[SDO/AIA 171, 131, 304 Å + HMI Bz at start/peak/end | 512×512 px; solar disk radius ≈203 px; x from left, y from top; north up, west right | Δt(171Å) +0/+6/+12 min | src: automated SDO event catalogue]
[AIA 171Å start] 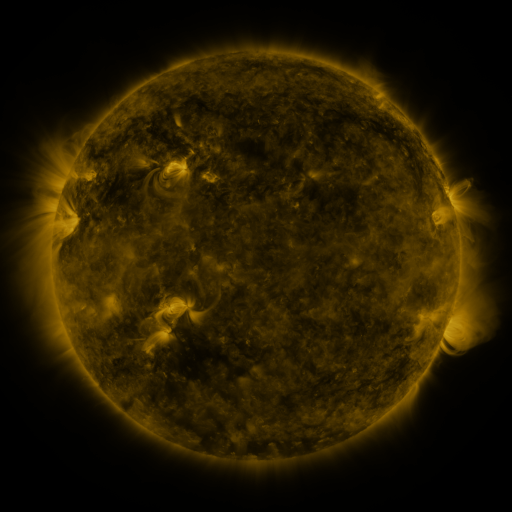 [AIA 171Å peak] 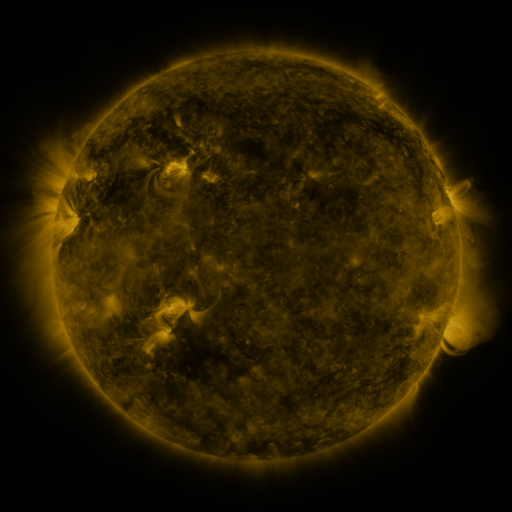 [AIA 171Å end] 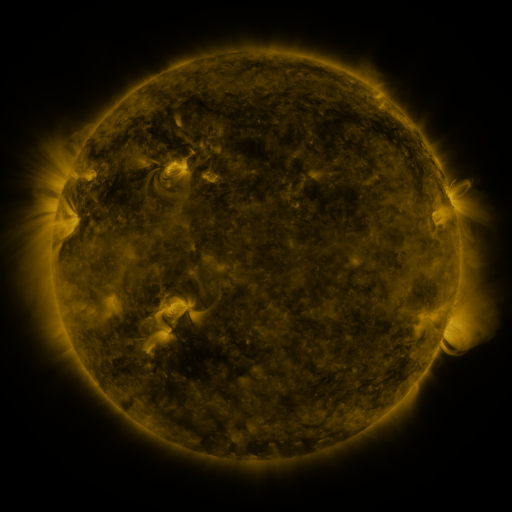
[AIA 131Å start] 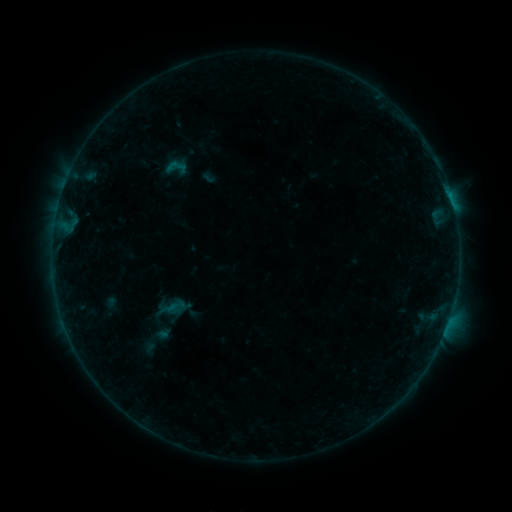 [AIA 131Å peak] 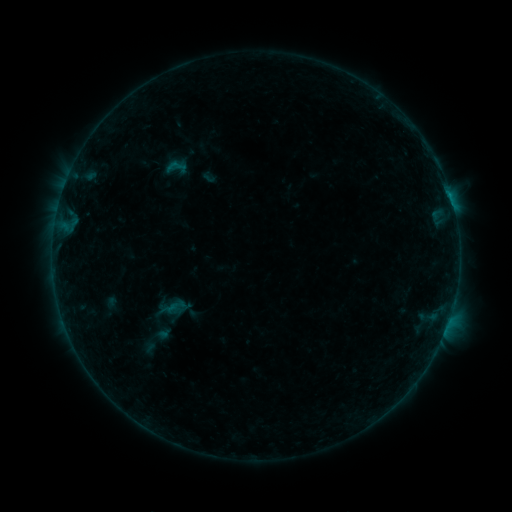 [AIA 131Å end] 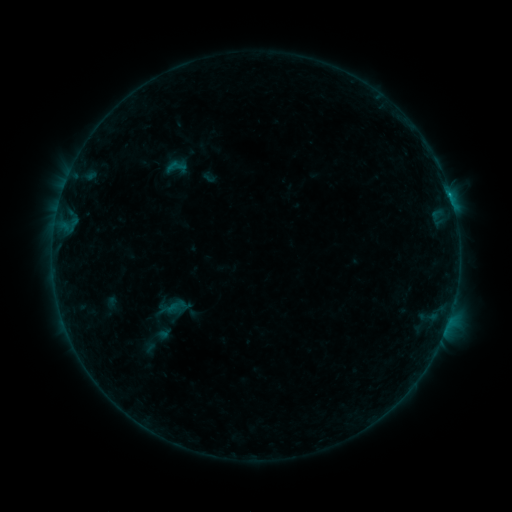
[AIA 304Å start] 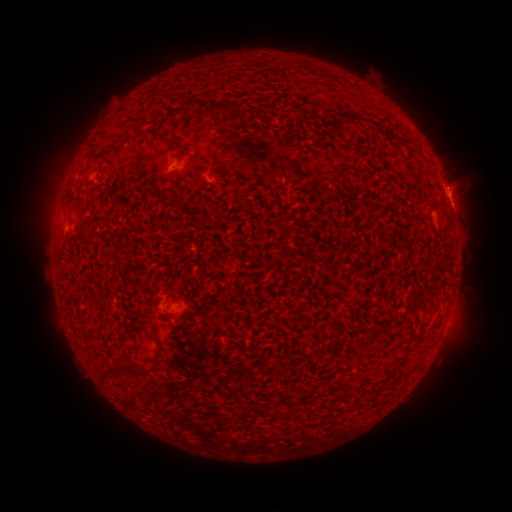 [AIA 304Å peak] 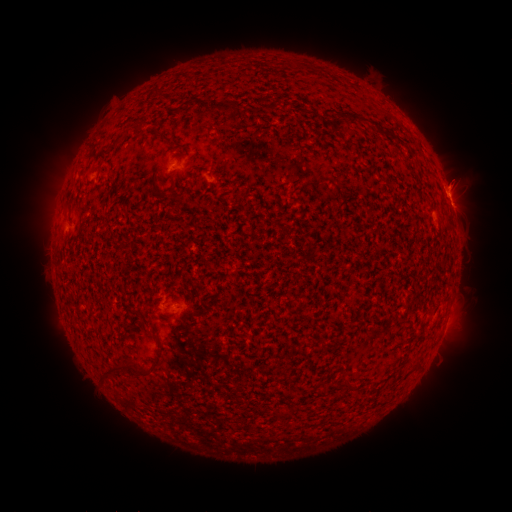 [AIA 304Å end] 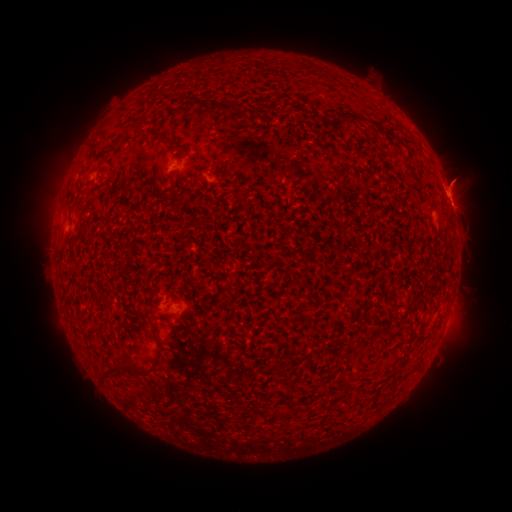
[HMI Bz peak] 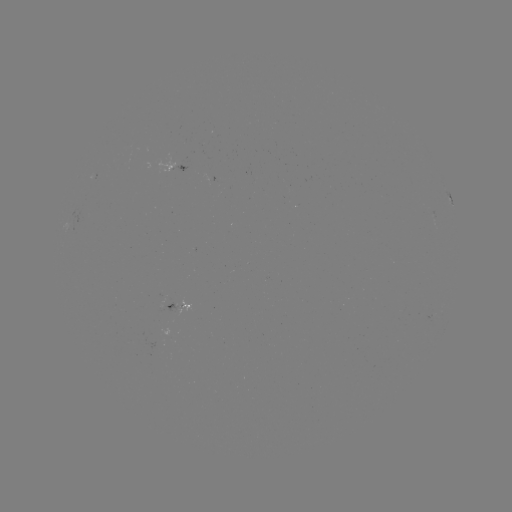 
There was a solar flare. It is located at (450, 195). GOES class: B3.3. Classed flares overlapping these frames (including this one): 1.